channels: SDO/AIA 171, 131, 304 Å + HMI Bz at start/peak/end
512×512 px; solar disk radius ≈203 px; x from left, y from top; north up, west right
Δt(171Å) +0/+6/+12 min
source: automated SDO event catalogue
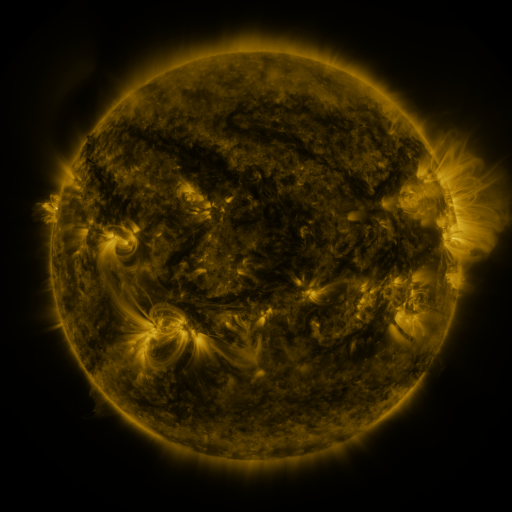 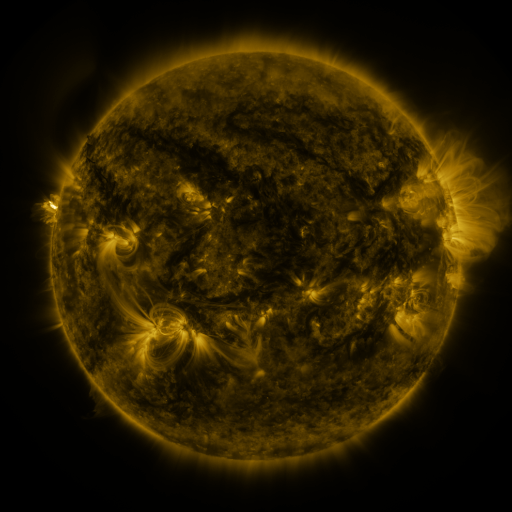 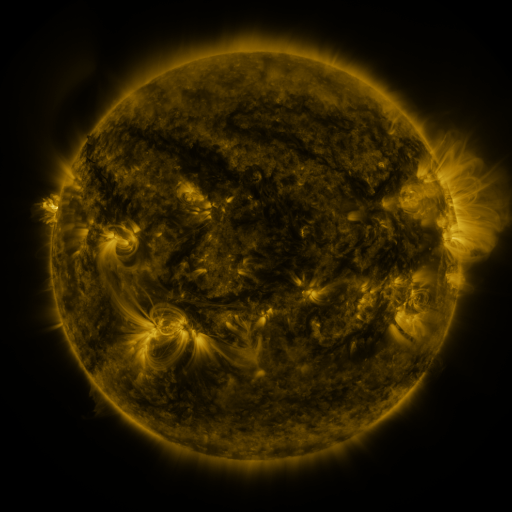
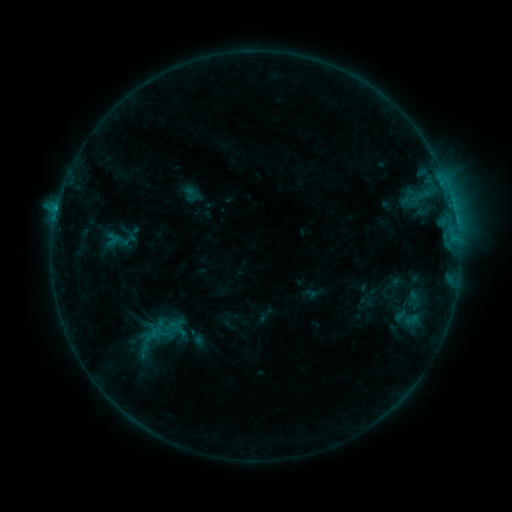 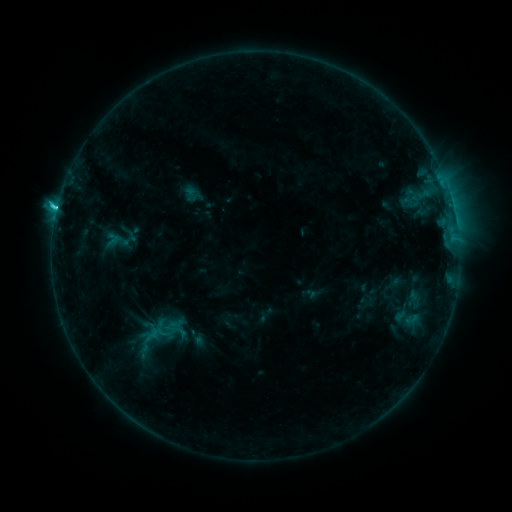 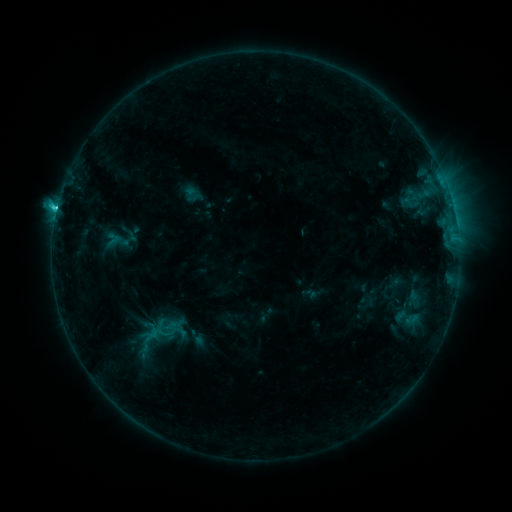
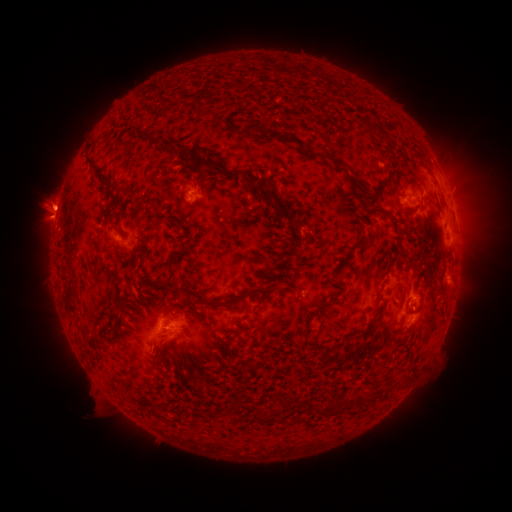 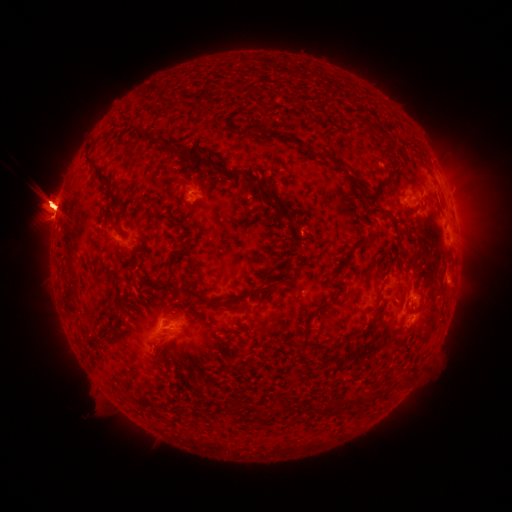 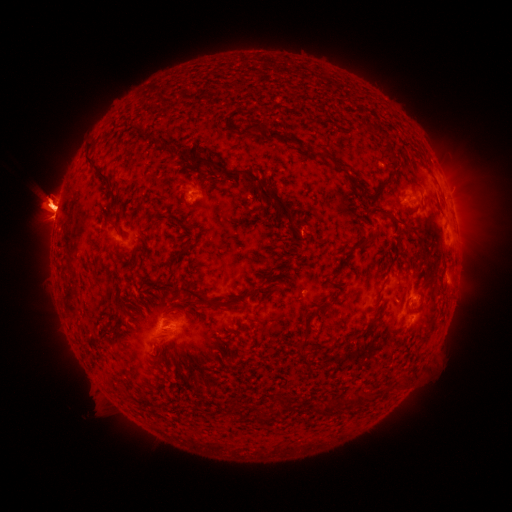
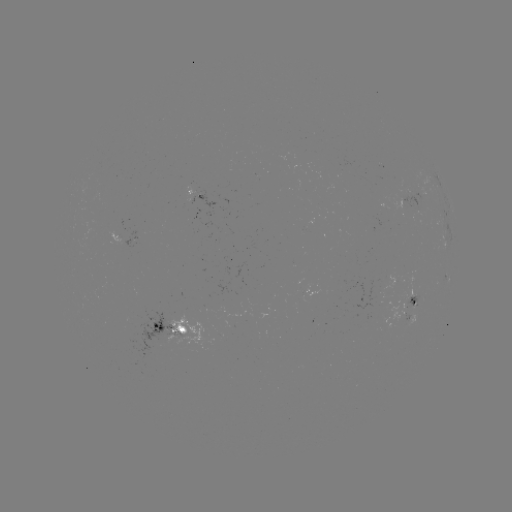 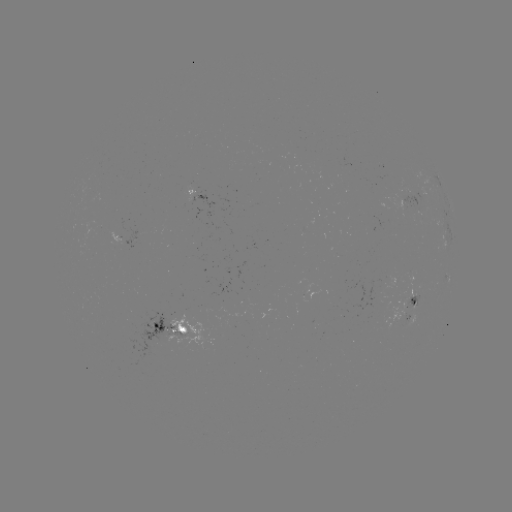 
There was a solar eruption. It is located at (51, 203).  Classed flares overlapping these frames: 1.